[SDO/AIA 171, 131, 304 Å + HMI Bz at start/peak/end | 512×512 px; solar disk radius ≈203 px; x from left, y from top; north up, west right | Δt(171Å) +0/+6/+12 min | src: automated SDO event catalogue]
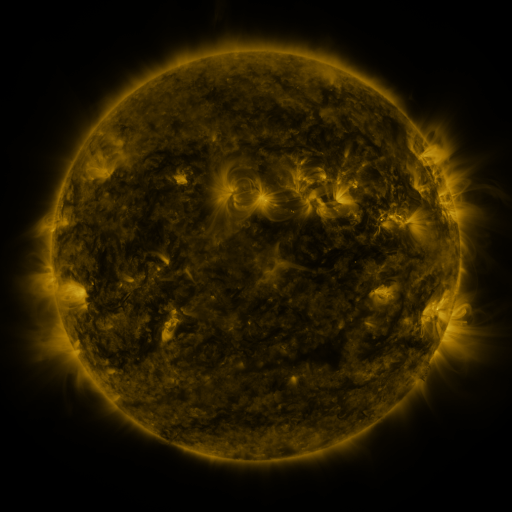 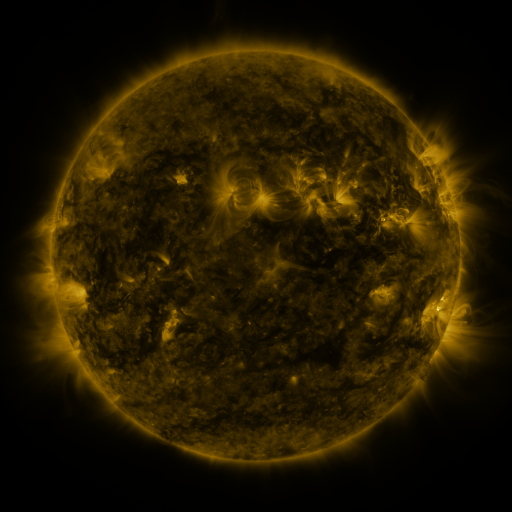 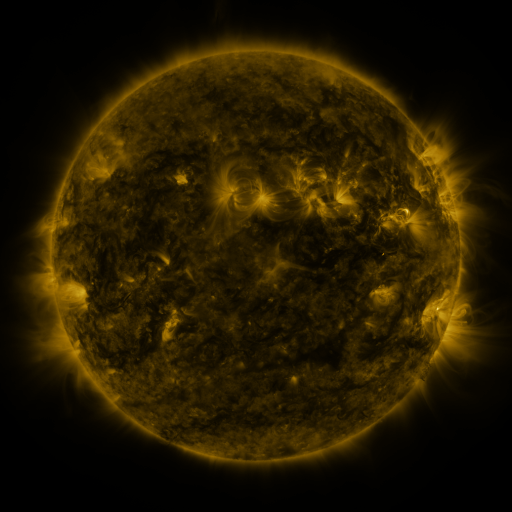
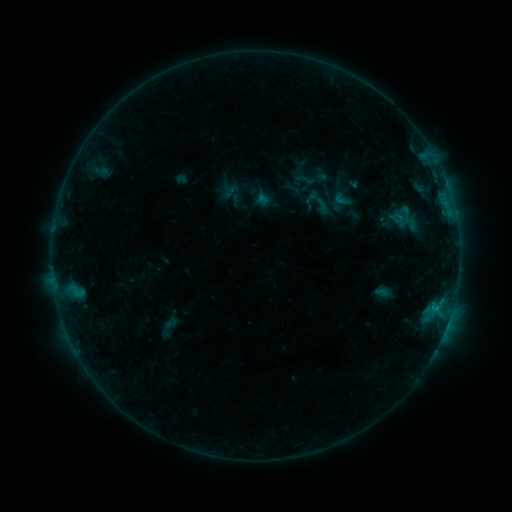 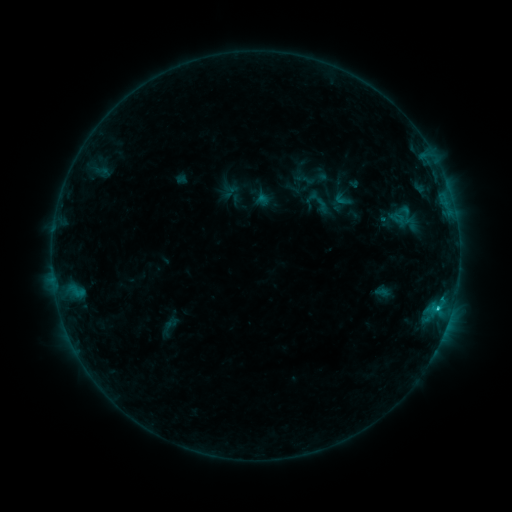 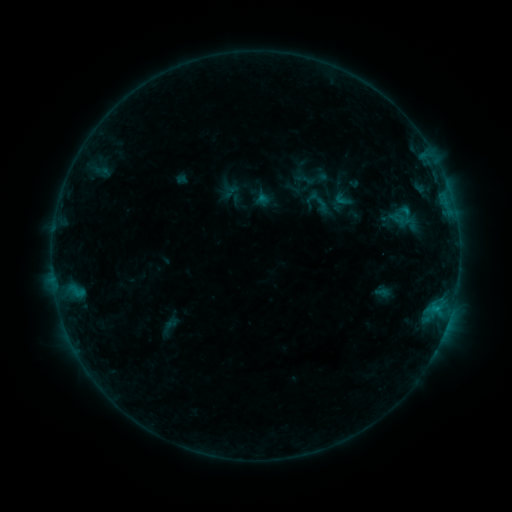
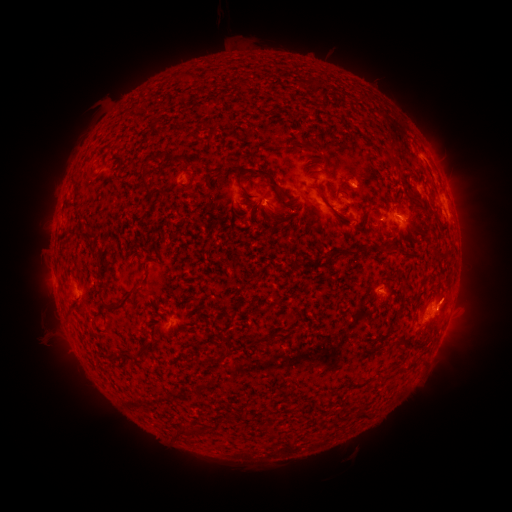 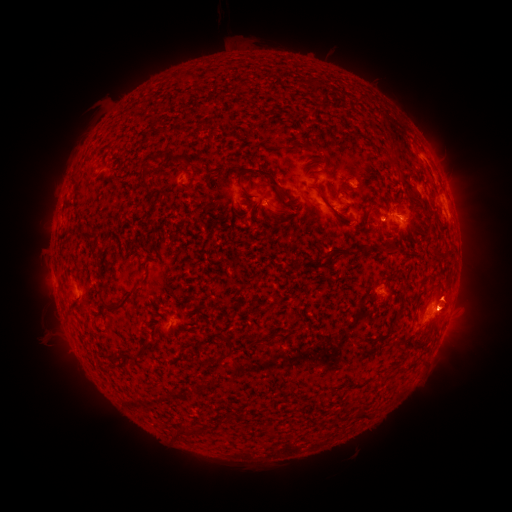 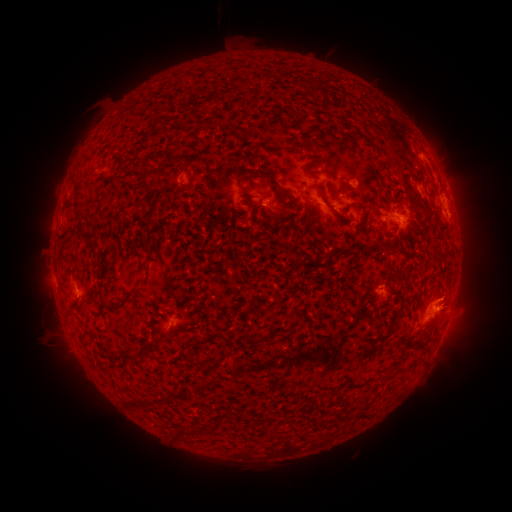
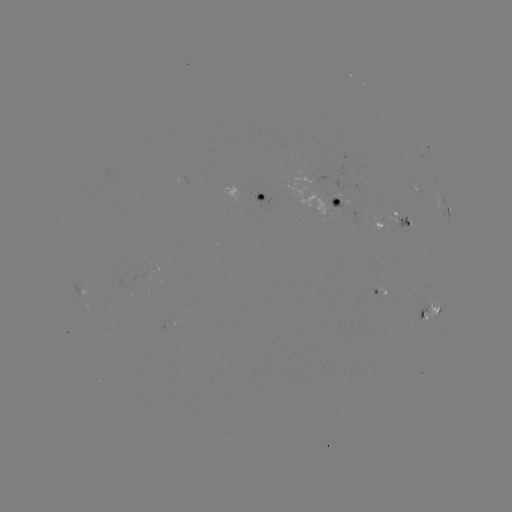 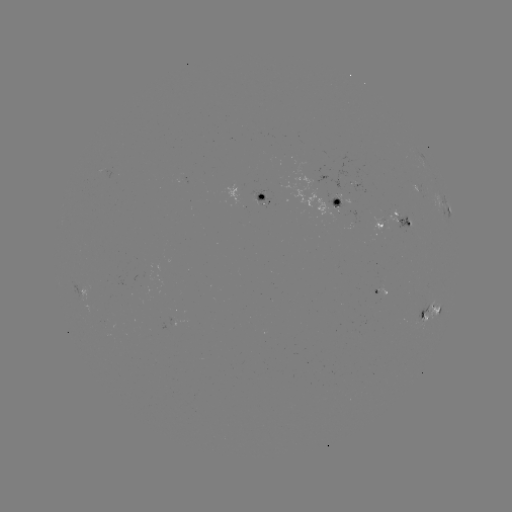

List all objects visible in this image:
C1.0 flare: (437, 310)
